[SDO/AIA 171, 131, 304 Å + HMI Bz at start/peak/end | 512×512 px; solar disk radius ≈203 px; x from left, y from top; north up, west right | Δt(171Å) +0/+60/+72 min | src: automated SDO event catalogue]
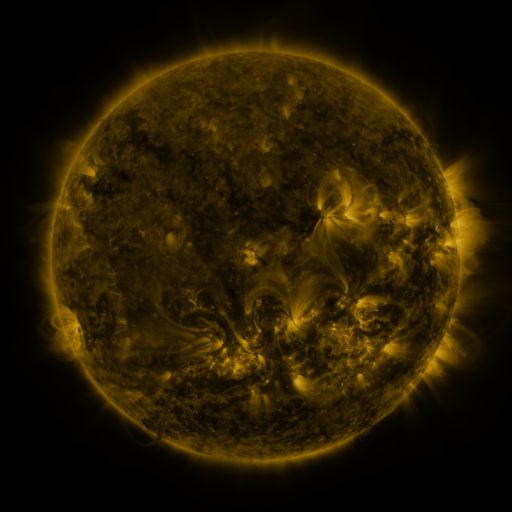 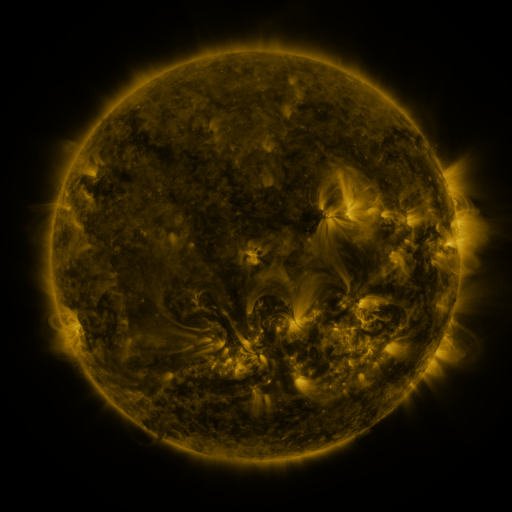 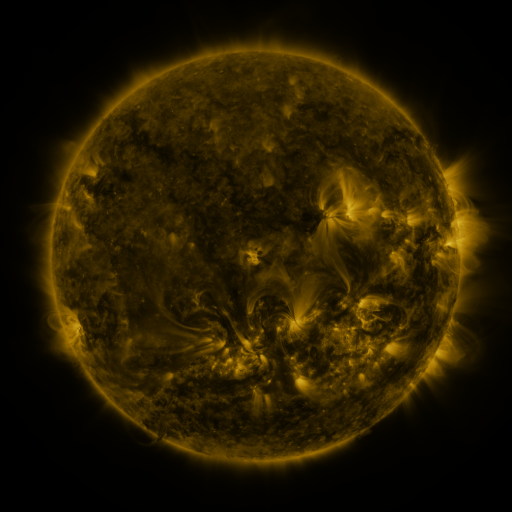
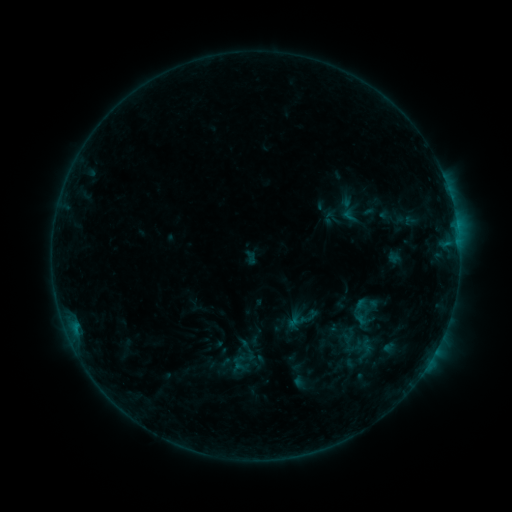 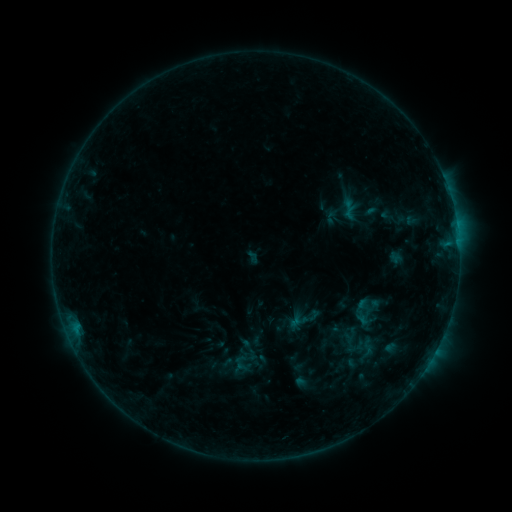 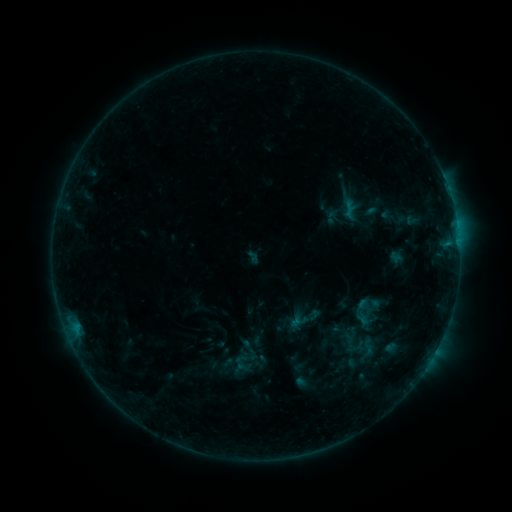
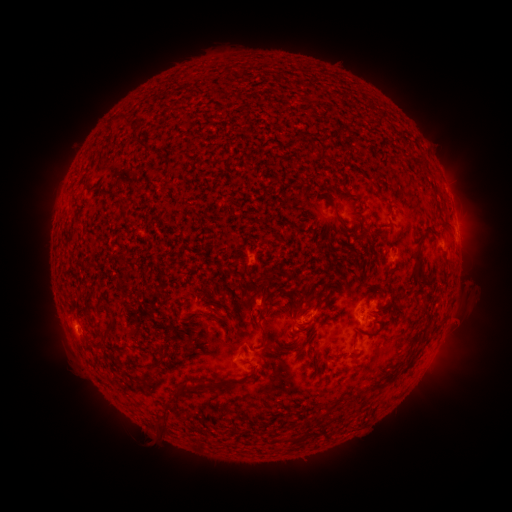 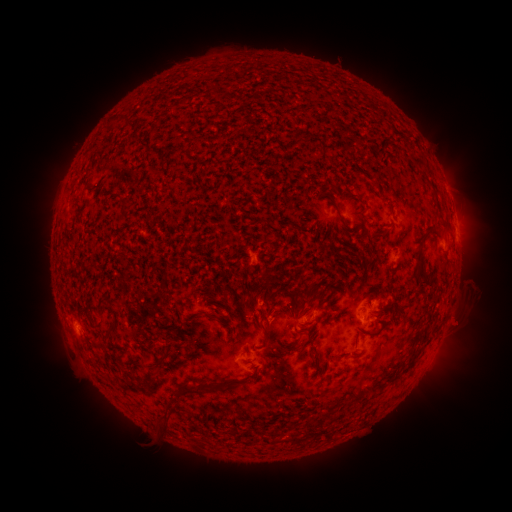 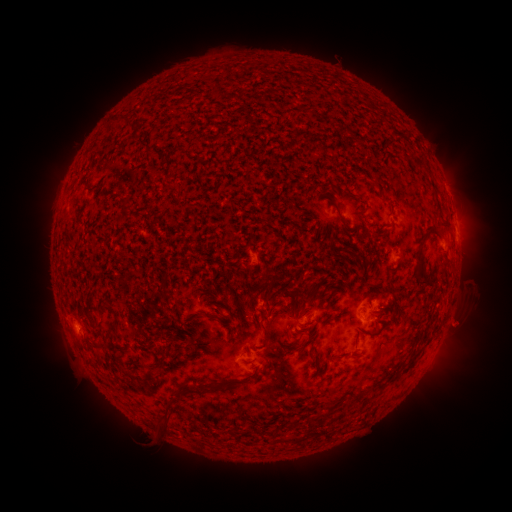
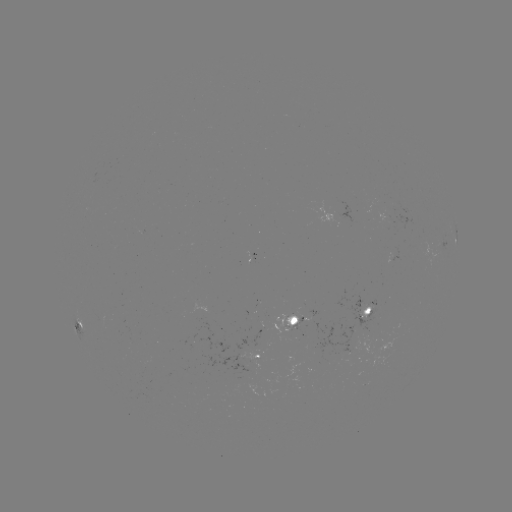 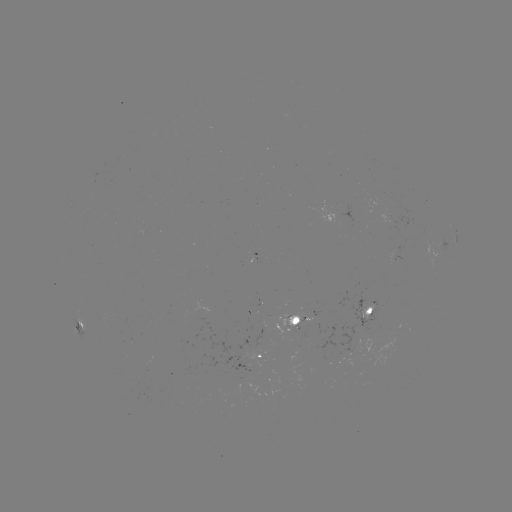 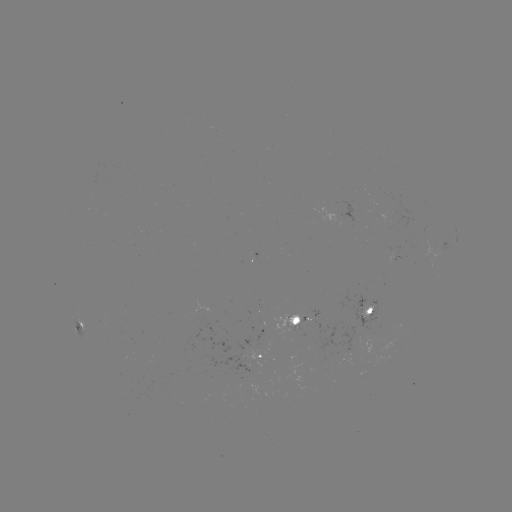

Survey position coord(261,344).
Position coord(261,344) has emerging-flux region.